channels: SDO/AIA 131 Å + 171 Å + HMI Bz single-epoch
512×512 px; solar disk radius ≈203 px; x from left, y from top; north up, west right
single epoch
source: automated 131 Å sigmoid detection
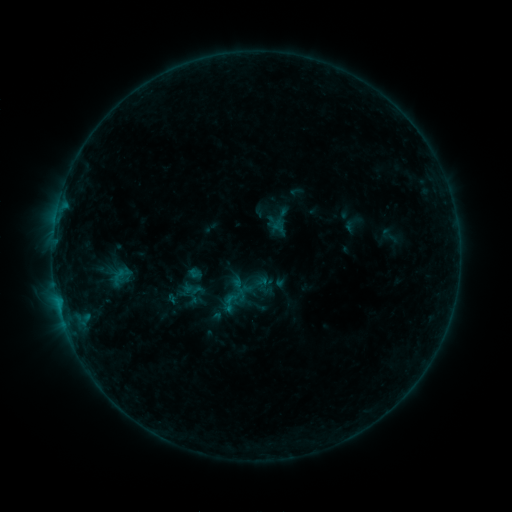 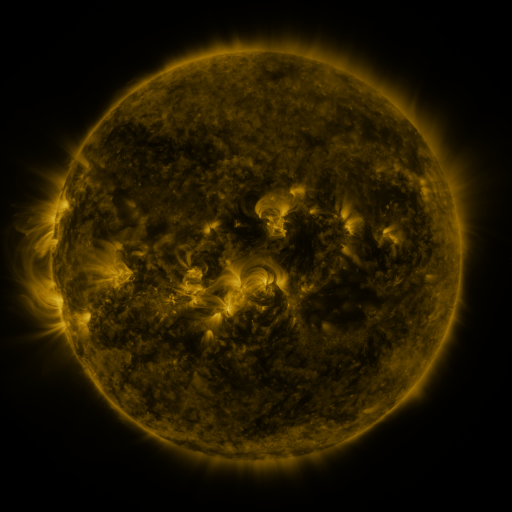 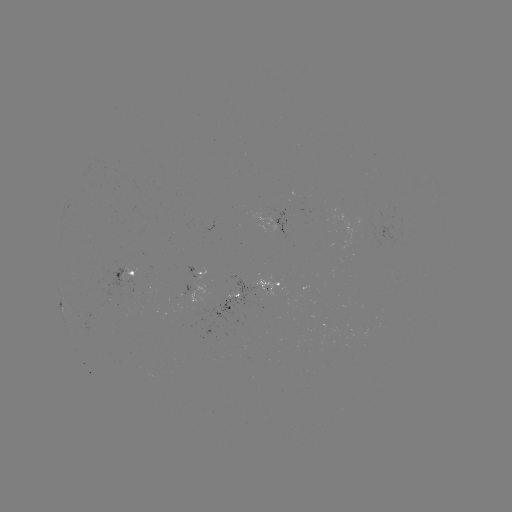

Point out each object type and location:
sigmoid: [241, 276, 262, 296]
sigmoid: [218, 292, 241, 313]
